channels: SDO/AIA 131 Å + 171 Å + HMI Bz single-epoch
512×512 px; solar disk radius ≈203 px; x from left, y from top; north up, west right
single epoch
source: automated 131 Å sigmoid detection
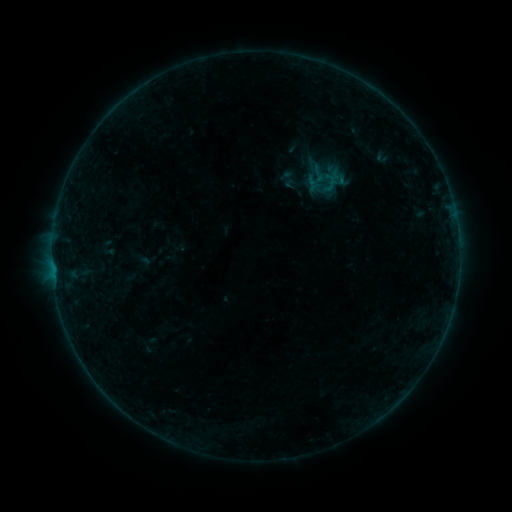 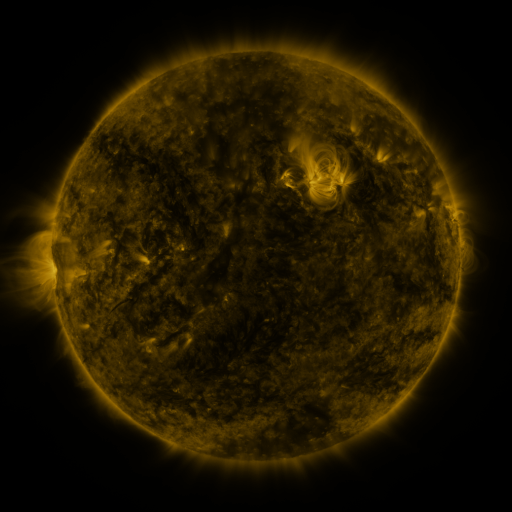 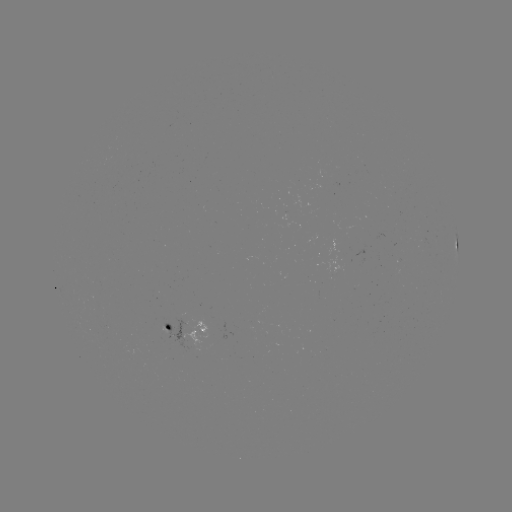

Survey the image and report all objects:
sigmoid: (318, 174)
